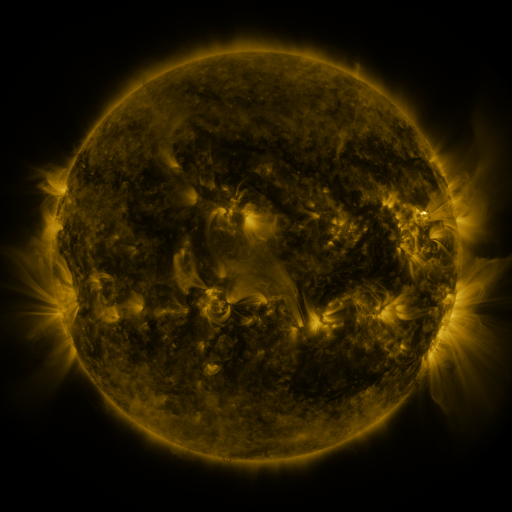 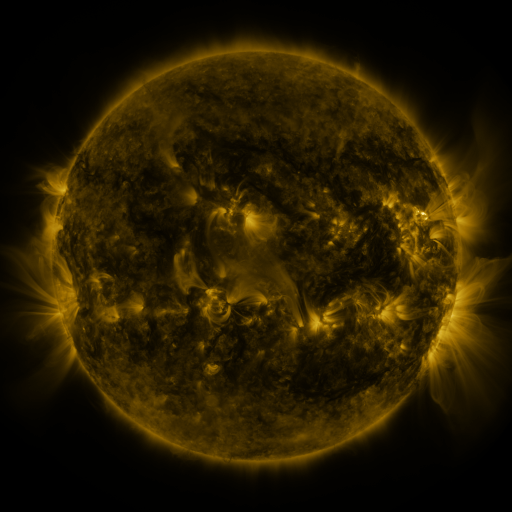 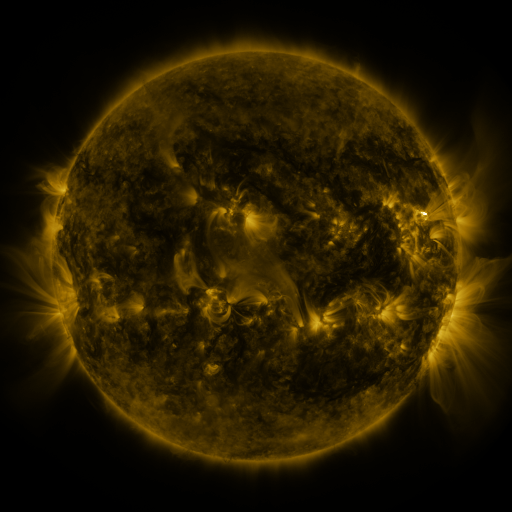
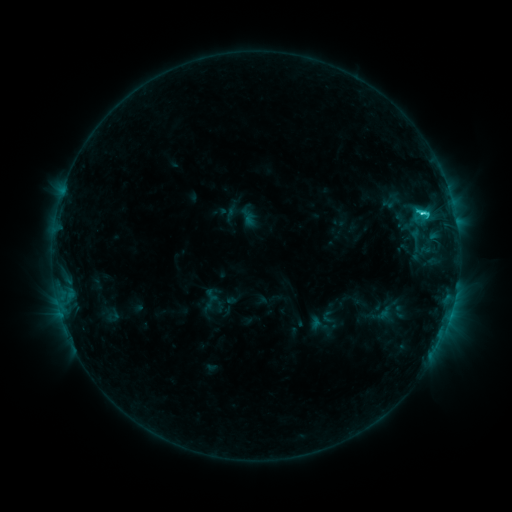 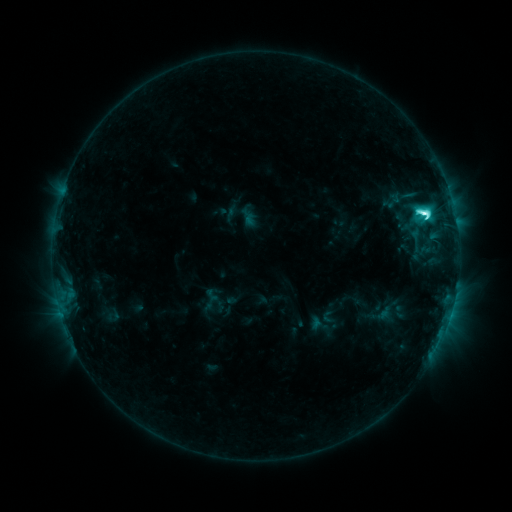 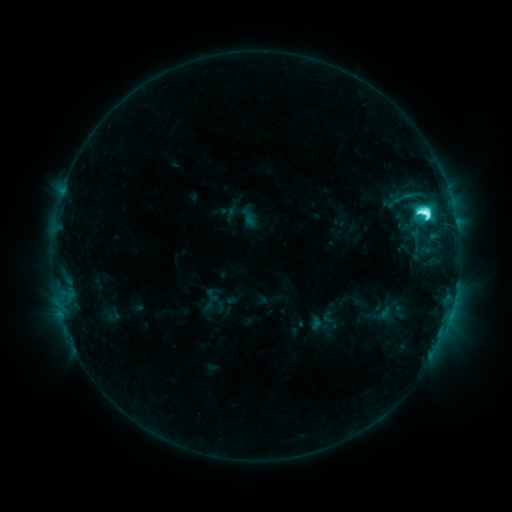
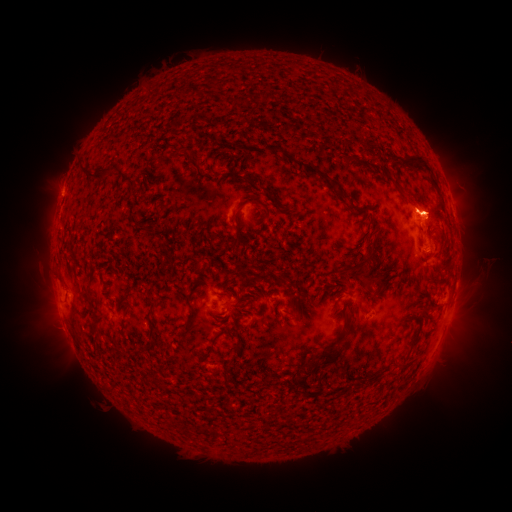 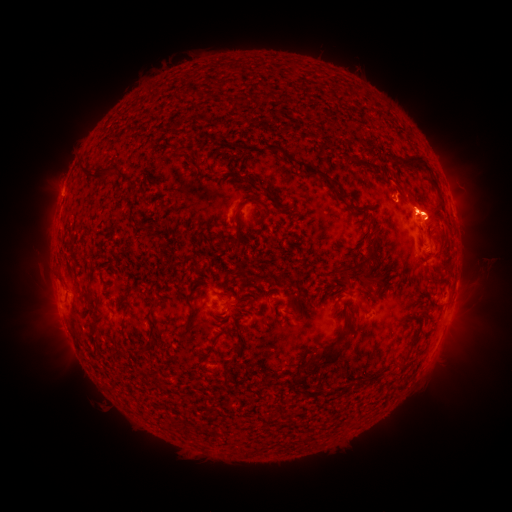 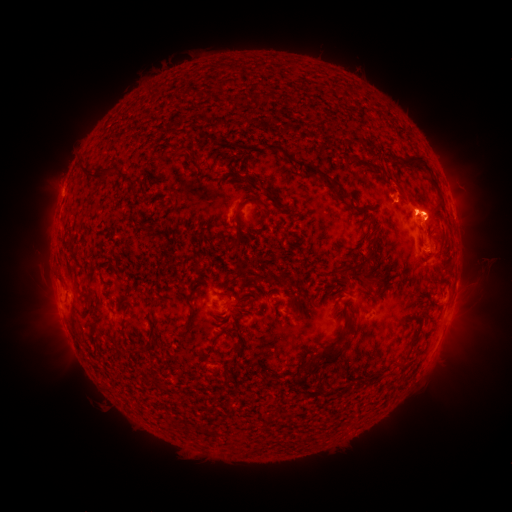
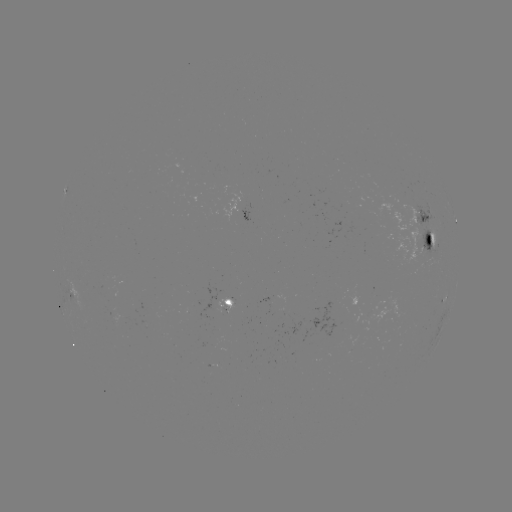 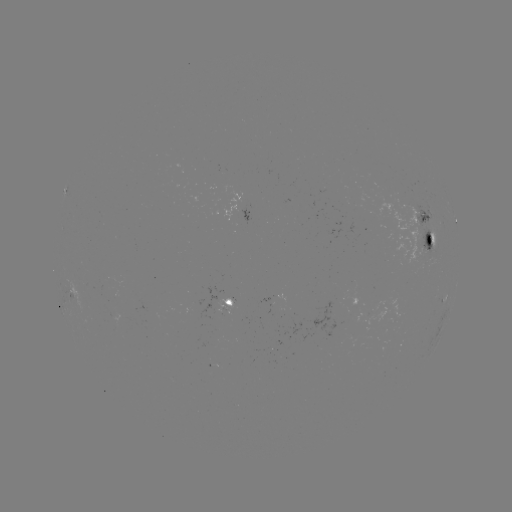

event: eruption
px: (465, 333)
